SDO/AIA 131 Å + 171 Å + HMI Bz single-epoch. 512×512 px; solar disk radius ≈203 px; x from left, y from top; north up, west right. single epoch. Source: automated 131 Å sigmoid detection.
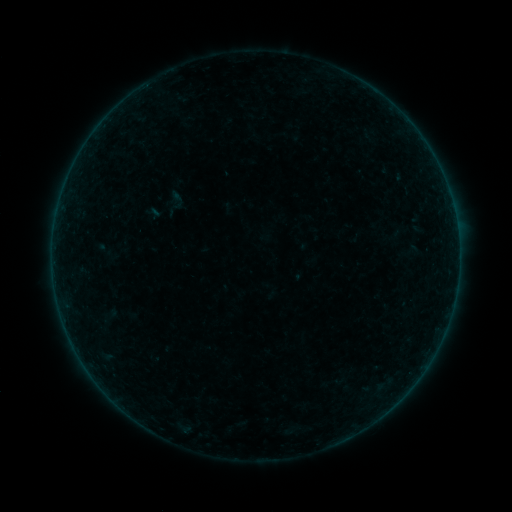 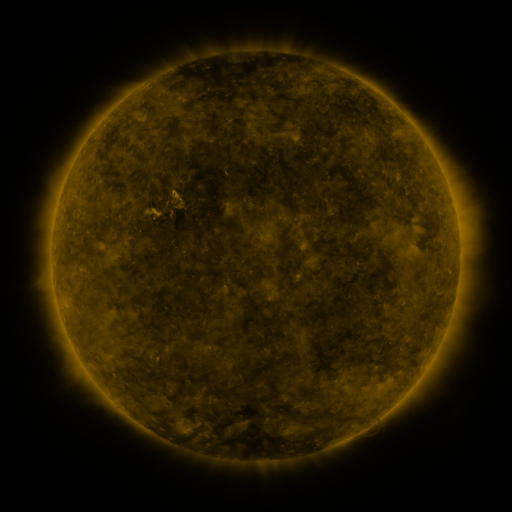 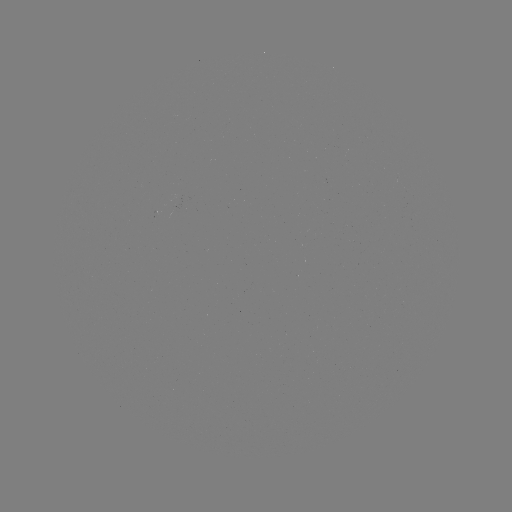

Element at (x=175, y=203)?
sigmoid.